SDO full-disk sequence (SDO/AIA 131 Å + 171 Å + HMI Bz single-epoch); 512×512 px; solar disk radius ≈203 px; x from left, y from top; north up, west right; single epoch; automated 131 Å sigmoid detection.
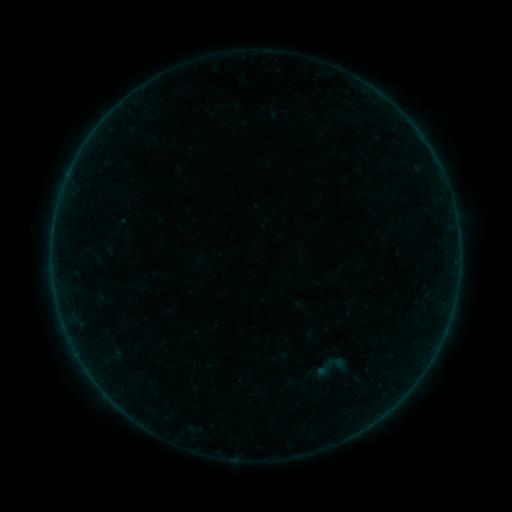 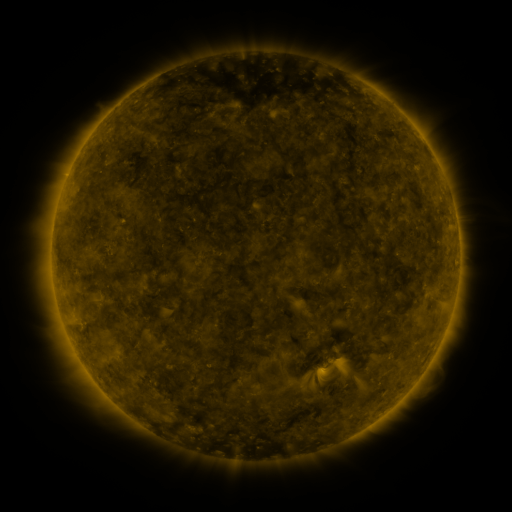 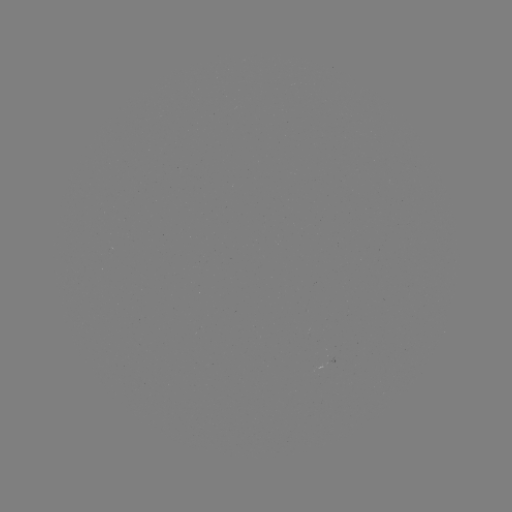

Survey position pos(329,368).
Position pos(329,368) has sigmoid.